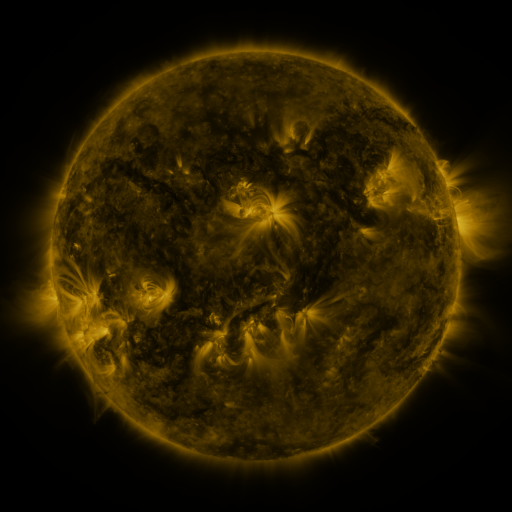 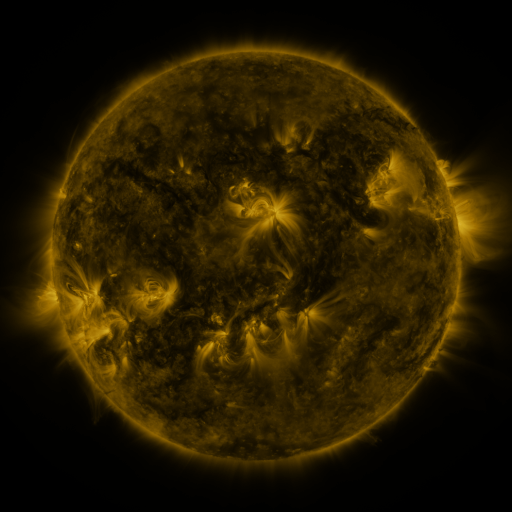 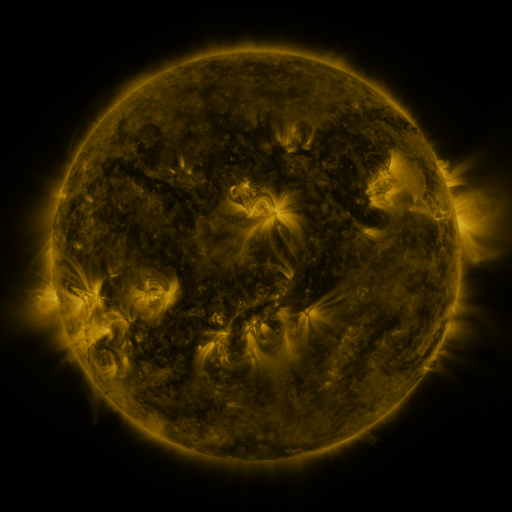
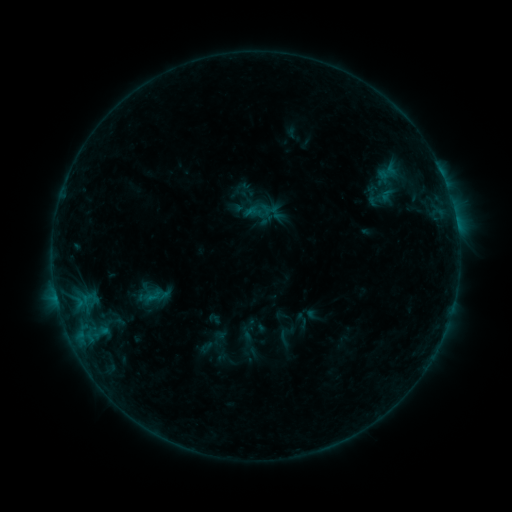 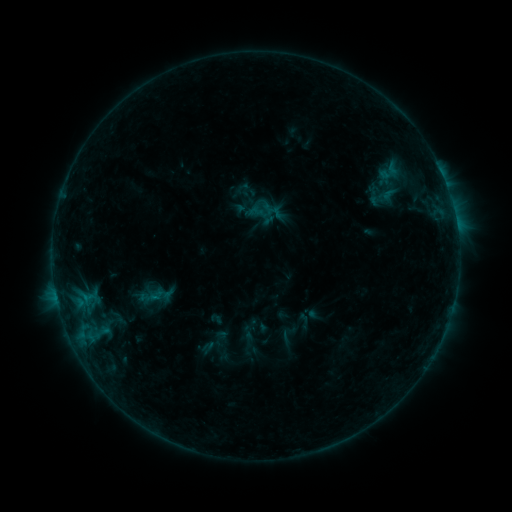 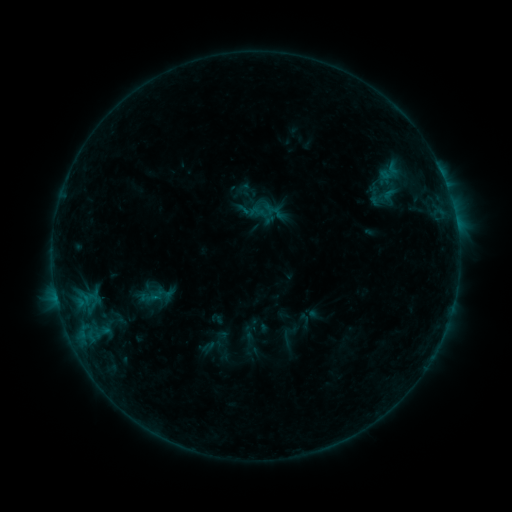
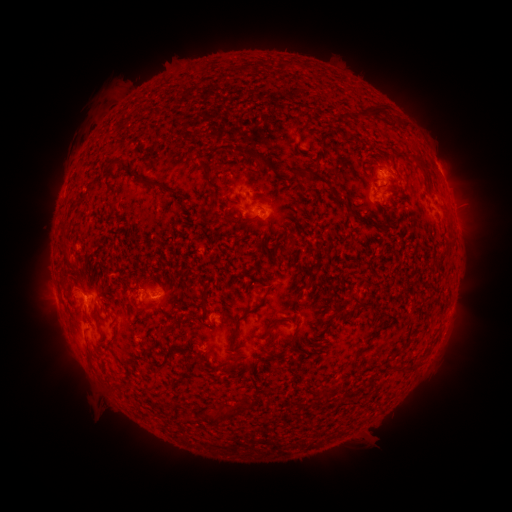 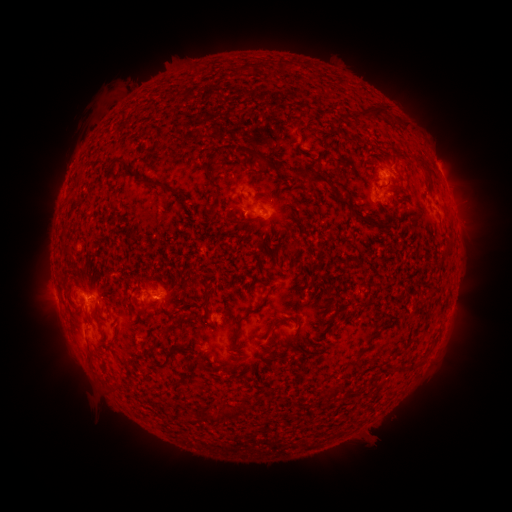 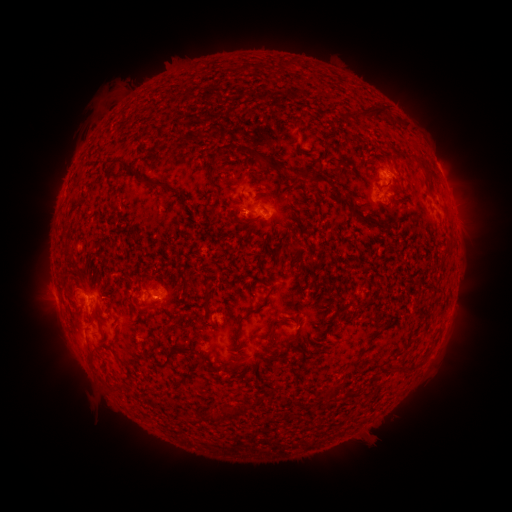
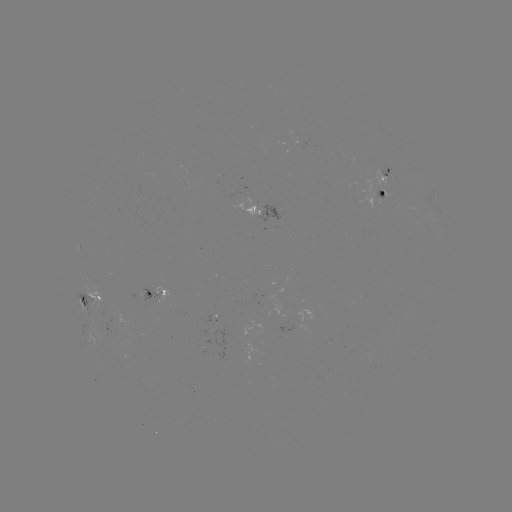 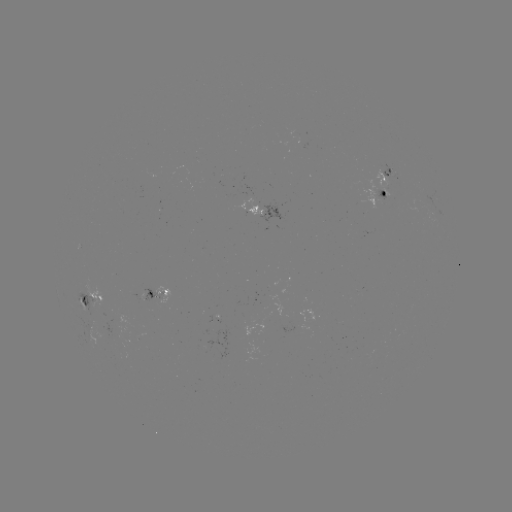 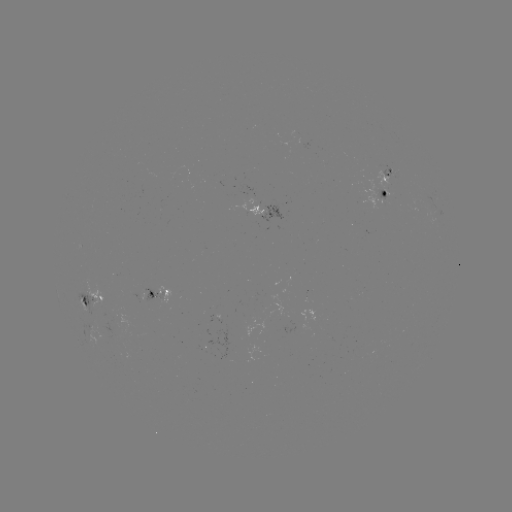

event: emerging-flux region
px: (258, 210)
